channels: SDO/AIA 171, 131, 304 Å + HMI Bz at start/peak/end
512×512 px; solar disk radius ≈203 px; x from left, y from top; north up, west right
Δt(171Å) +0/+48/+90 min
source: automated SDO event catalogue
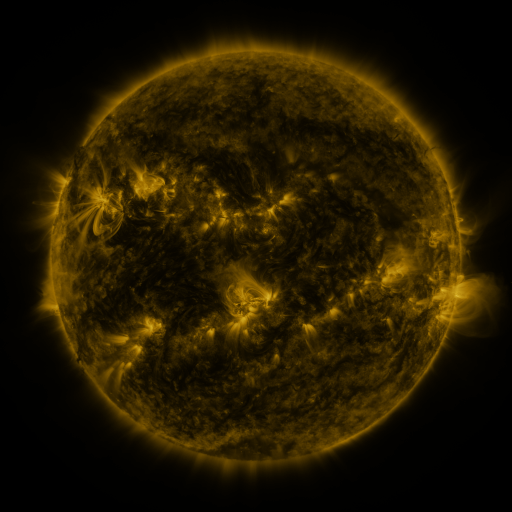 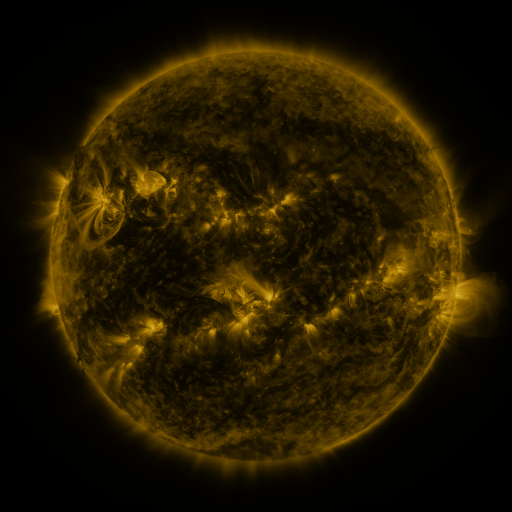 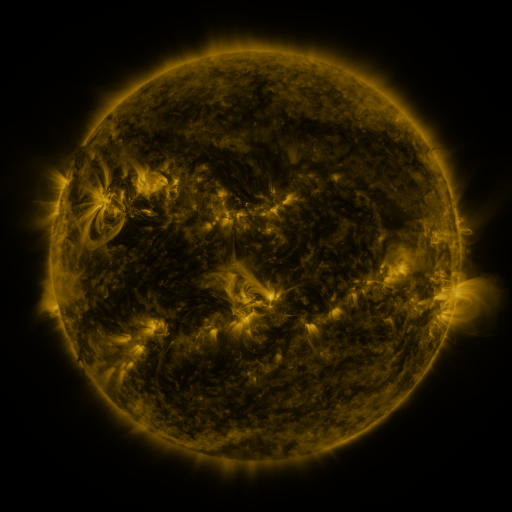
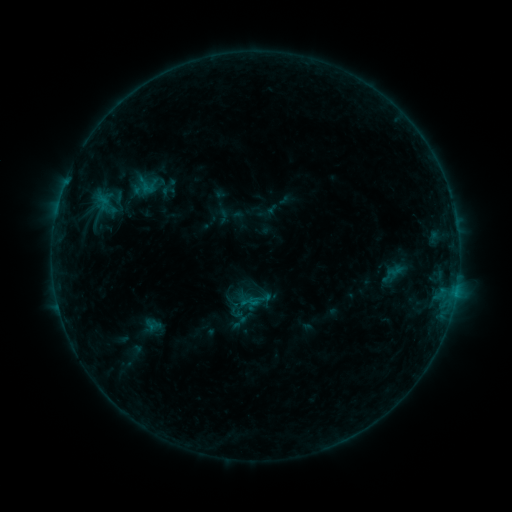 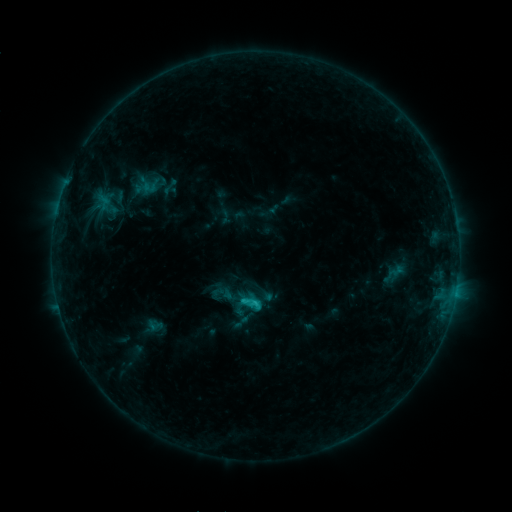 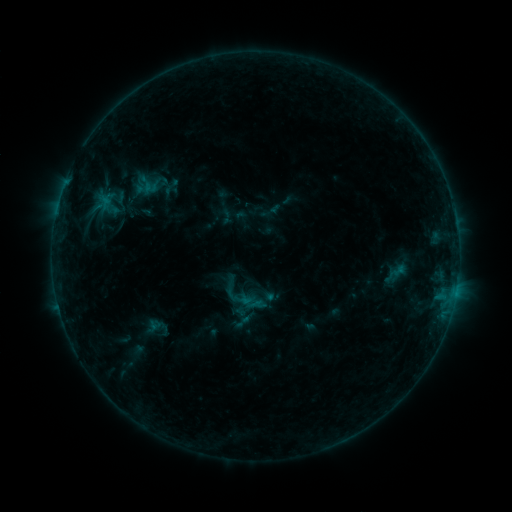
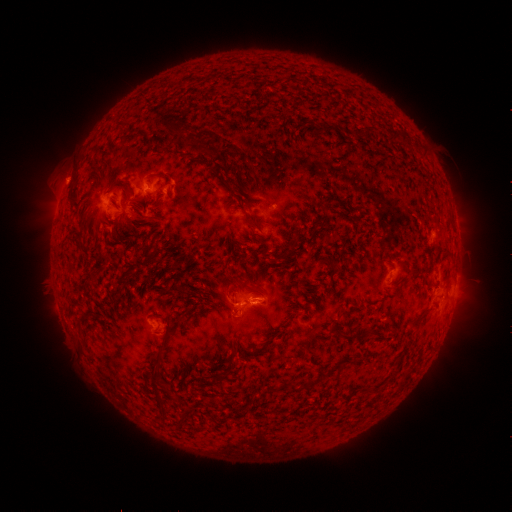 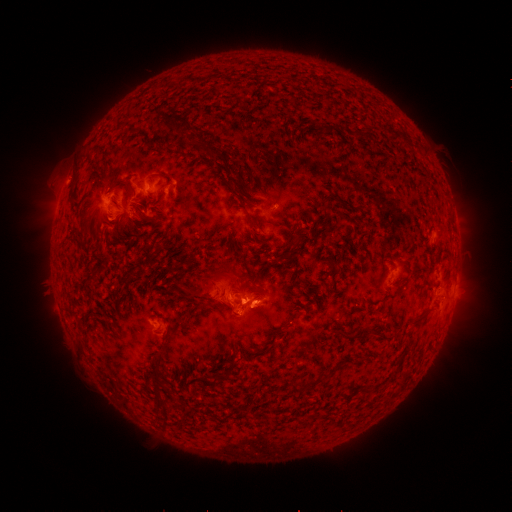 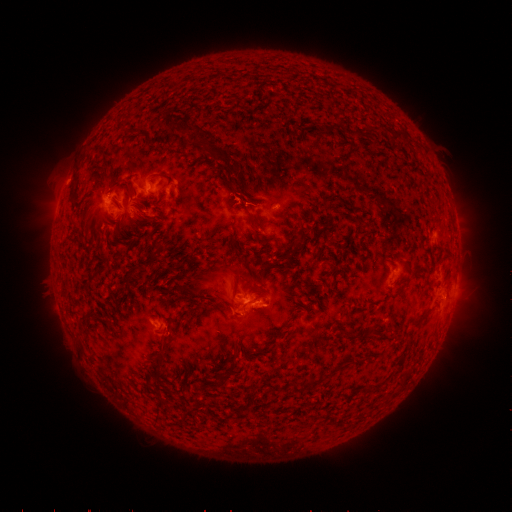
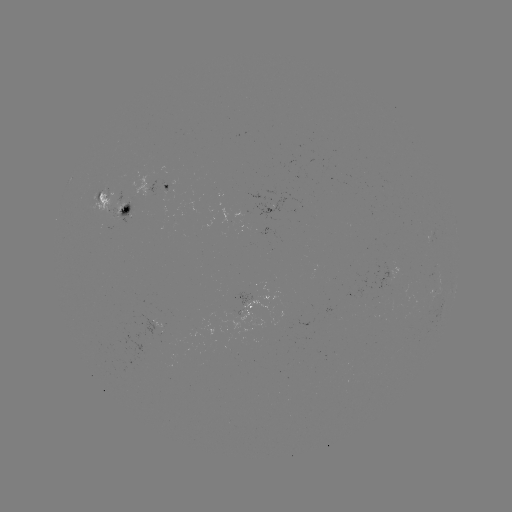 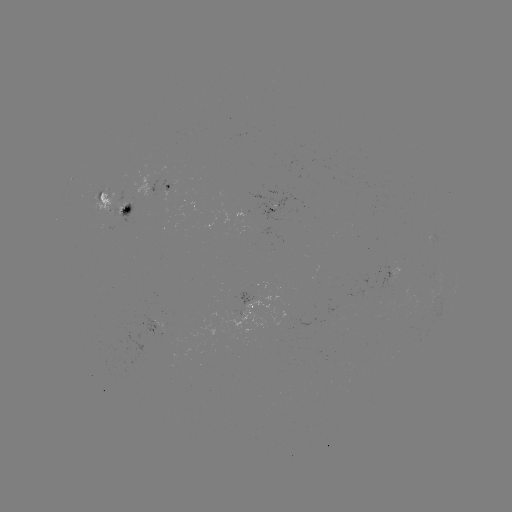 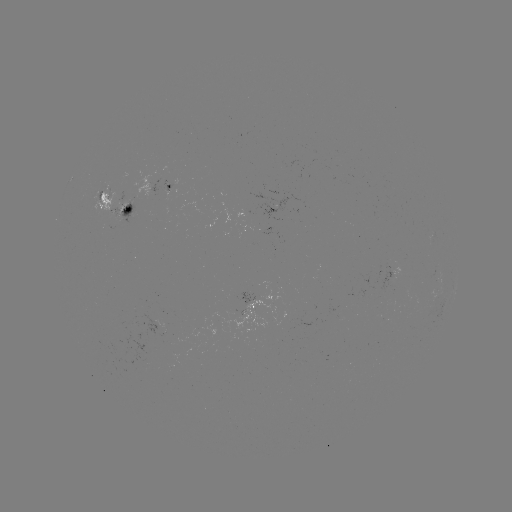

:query C1.3 flare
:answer (245, 298)